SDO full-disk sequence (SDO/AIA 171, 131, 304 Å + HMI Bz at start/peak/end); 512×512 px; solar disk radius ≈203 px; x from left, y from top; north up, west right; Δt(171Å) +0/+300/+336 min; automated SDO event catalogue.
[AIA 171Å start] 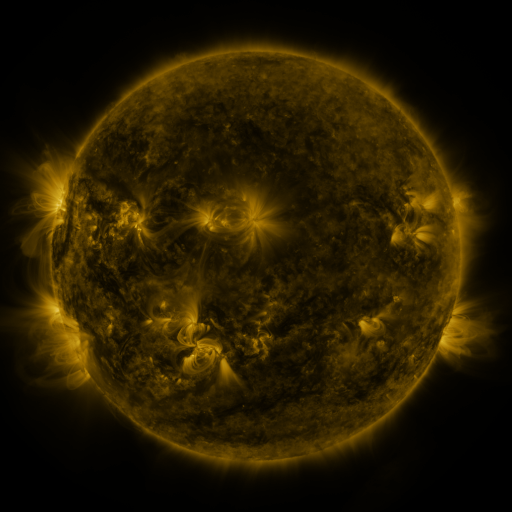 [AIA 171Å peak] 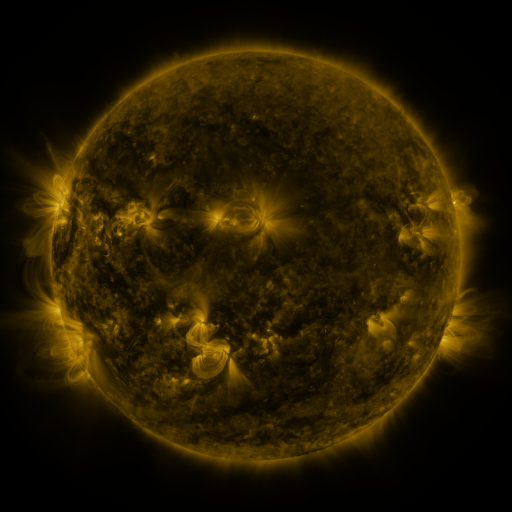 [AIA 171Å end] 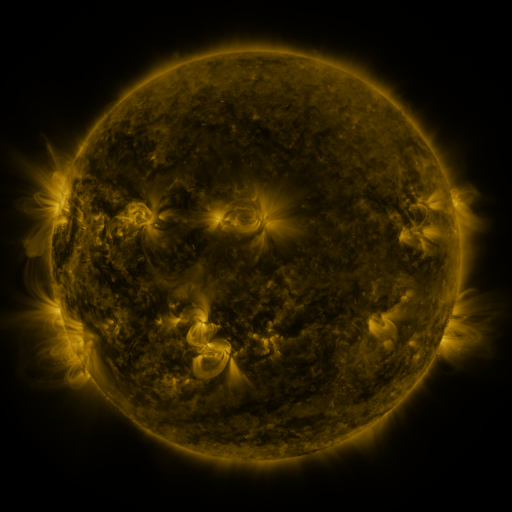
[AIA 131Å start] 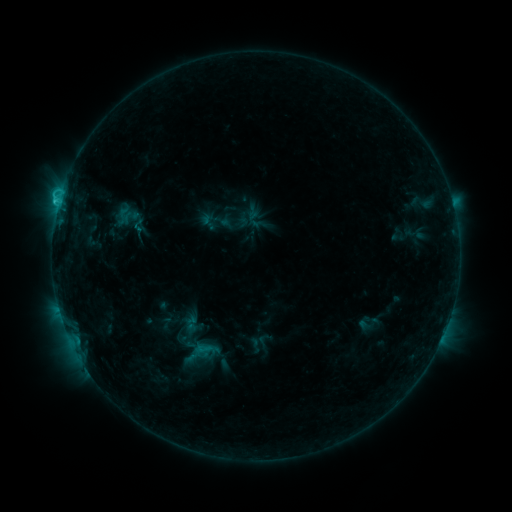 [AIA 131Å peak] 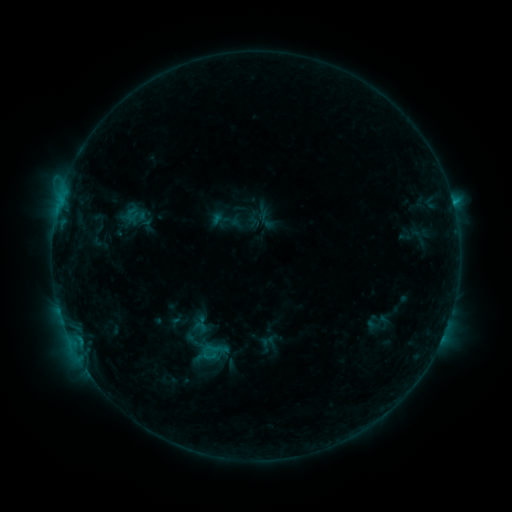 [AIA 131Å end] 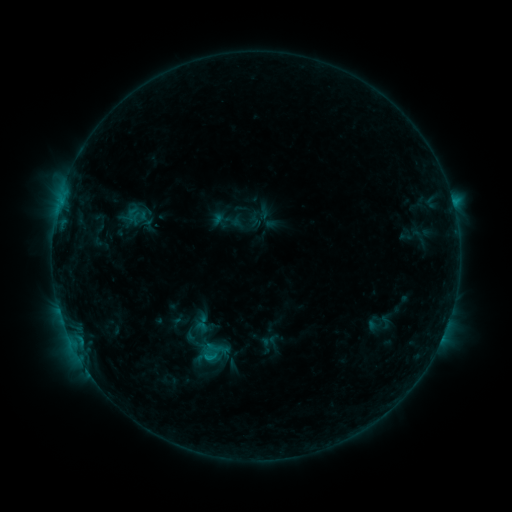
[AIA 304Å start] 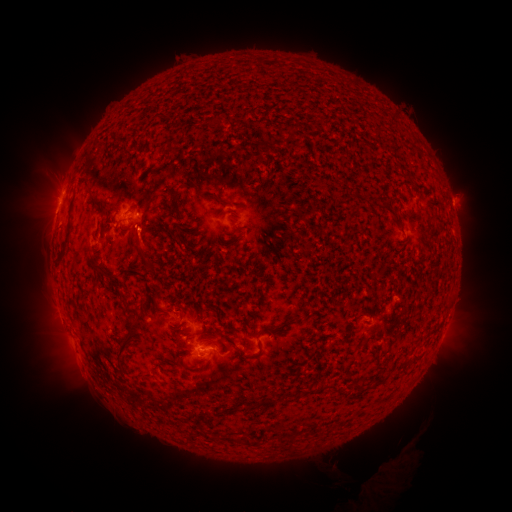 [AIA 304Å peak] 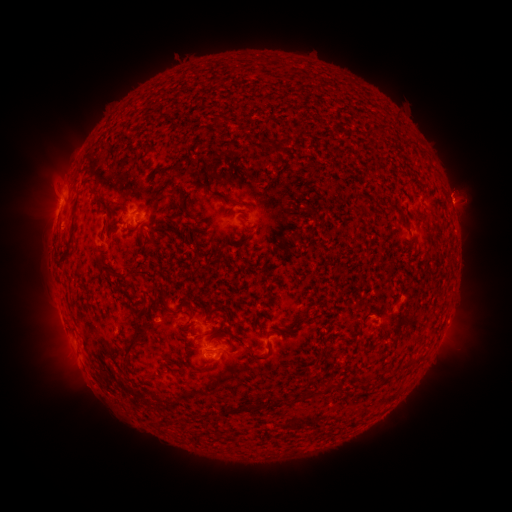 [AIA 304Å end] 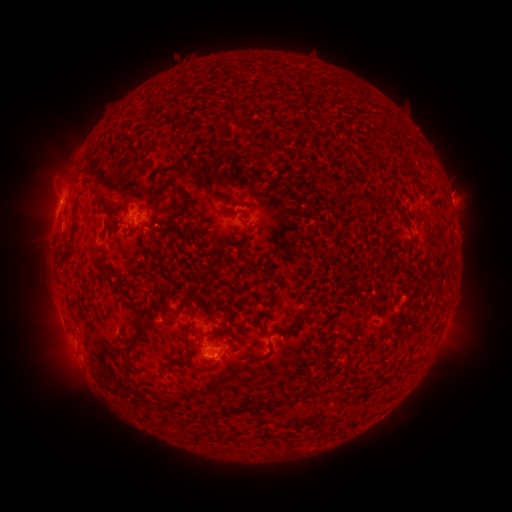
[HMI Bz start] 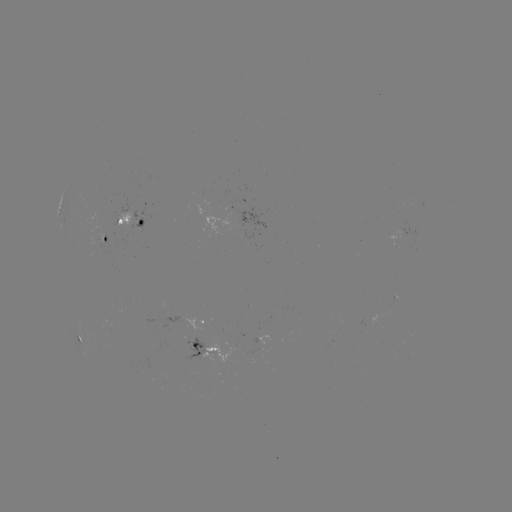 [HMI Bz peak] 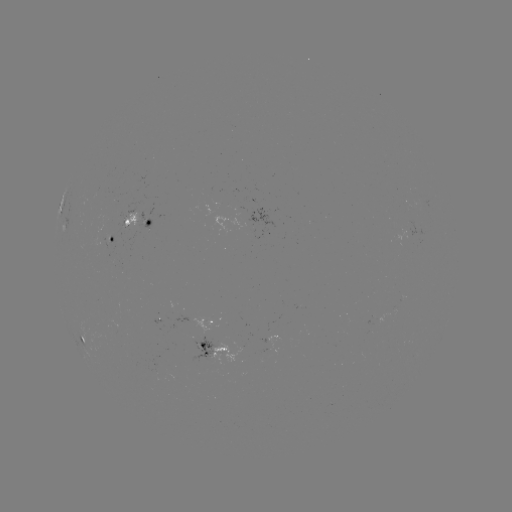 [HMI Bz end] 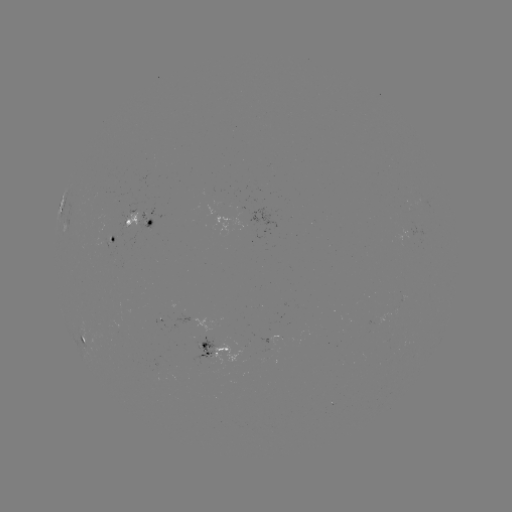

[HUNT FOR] emerging-flux region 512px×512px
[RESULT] (201, 347)